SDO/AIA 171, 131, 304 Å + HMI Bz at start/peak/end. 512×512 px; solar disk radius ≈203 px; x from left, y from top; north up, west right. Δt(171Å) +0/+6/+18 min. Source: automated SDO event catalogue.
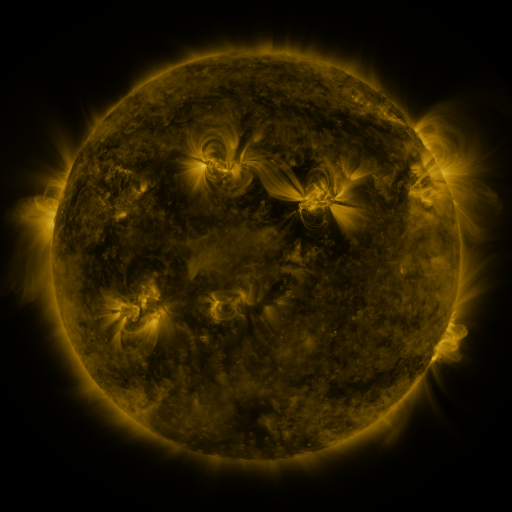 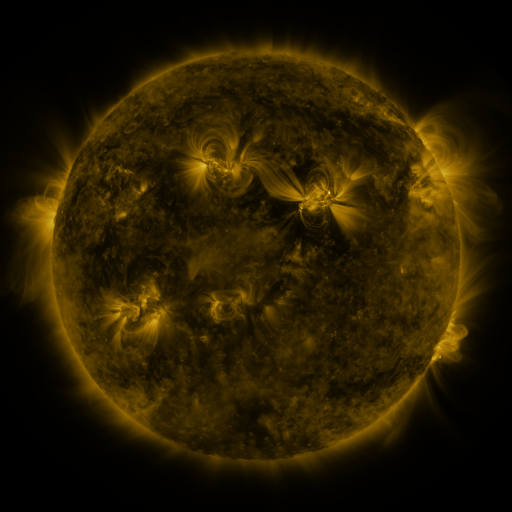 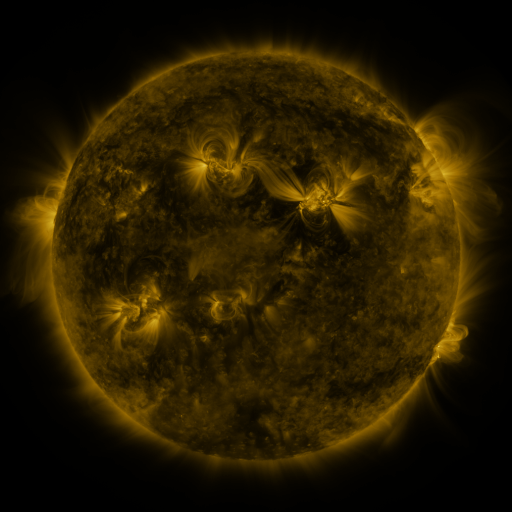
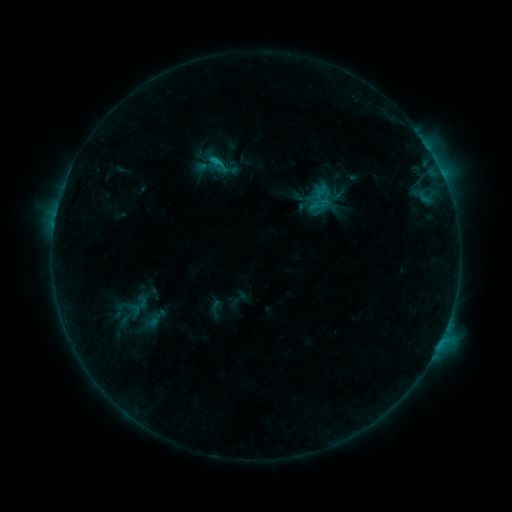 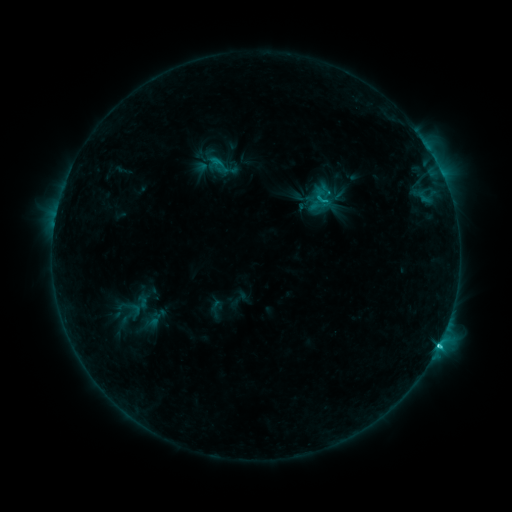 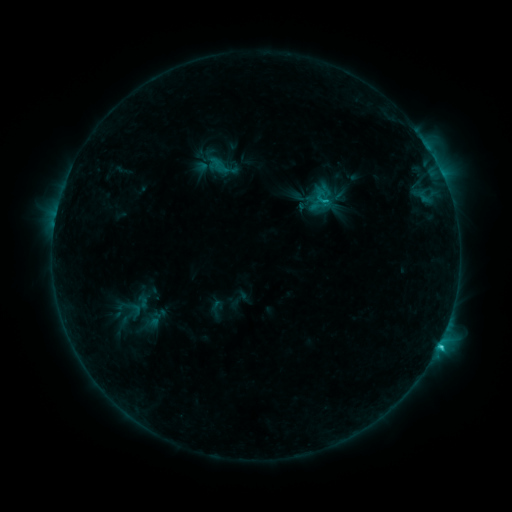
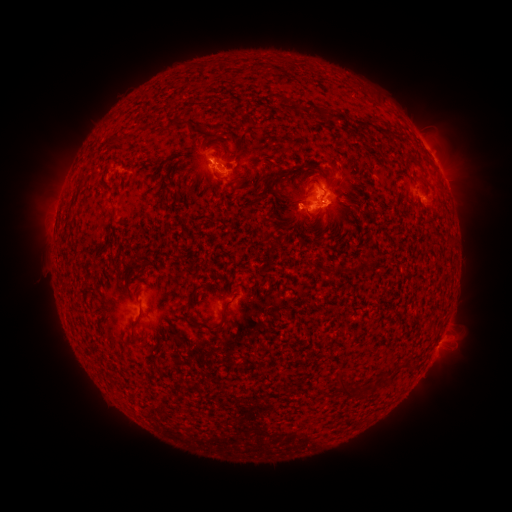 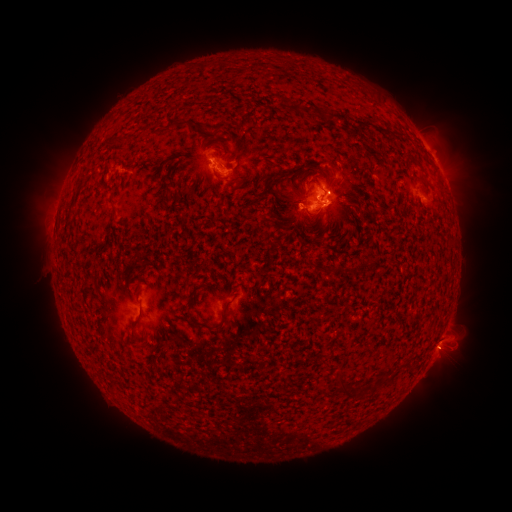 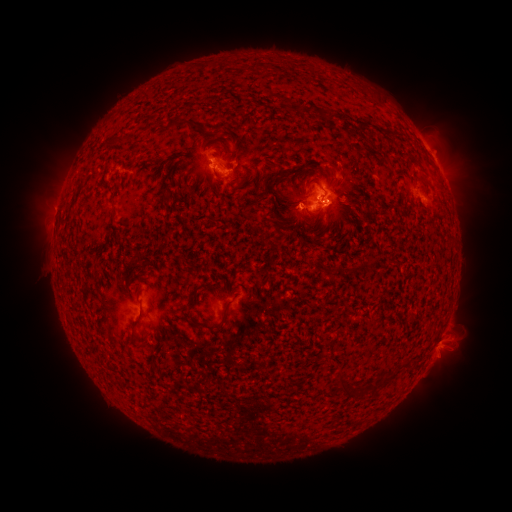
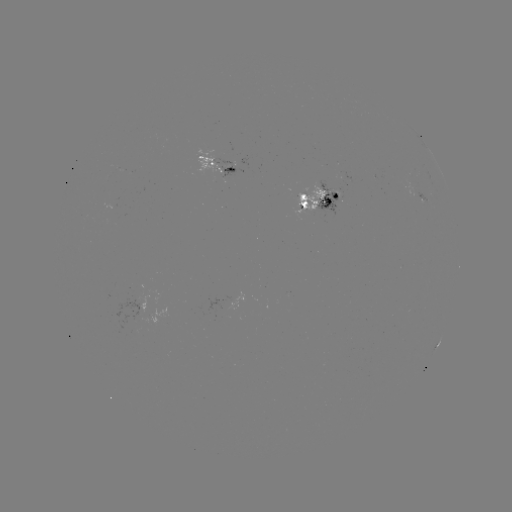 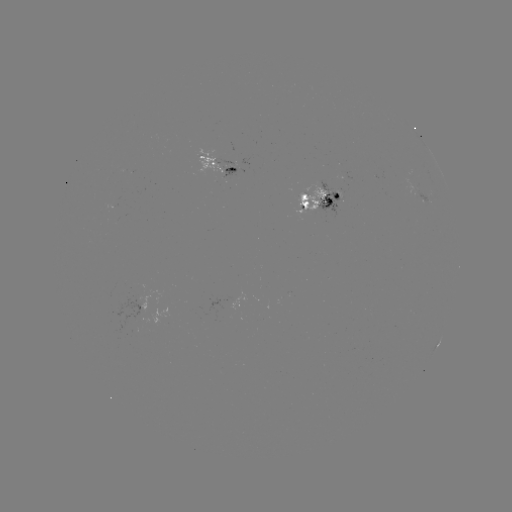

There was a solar flare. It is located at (438, 342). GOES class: C4.2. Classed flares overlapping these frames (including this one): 1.